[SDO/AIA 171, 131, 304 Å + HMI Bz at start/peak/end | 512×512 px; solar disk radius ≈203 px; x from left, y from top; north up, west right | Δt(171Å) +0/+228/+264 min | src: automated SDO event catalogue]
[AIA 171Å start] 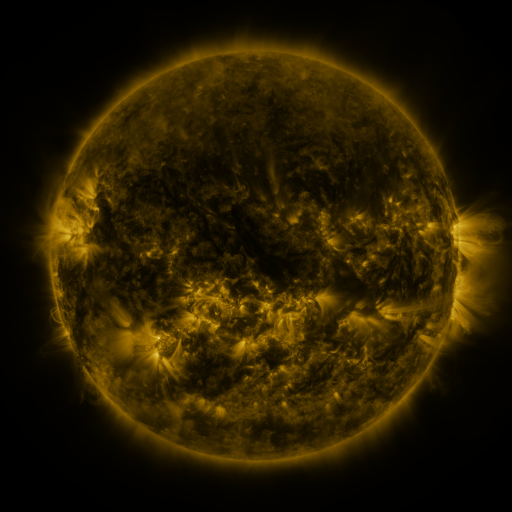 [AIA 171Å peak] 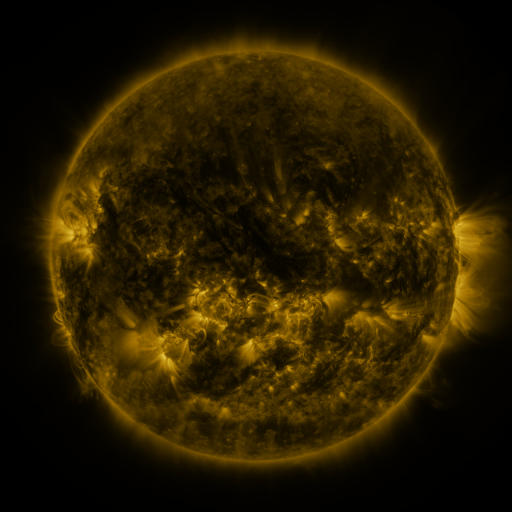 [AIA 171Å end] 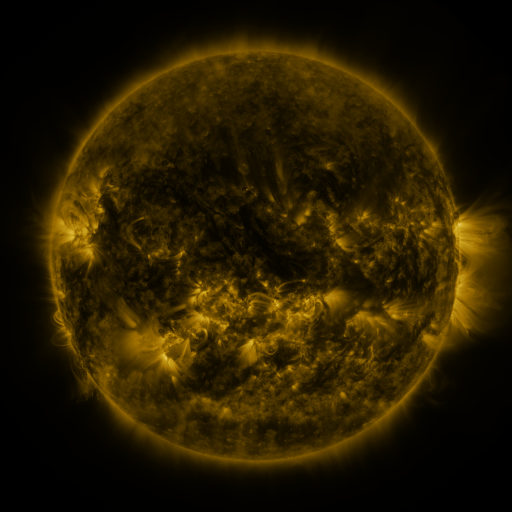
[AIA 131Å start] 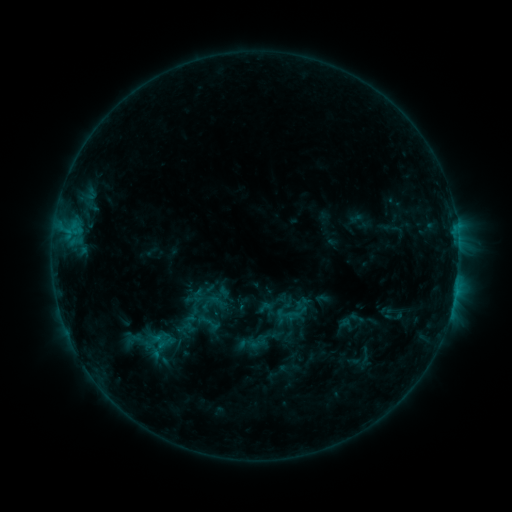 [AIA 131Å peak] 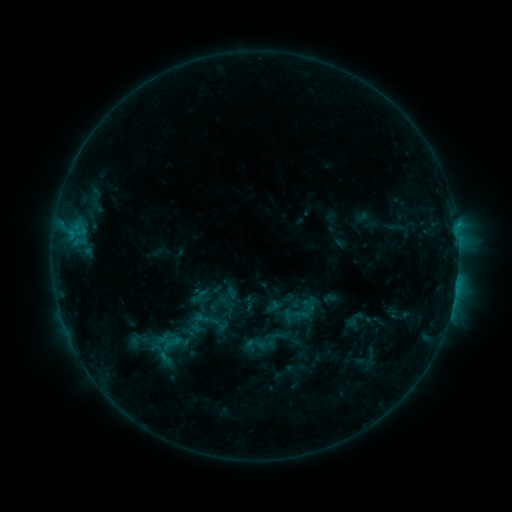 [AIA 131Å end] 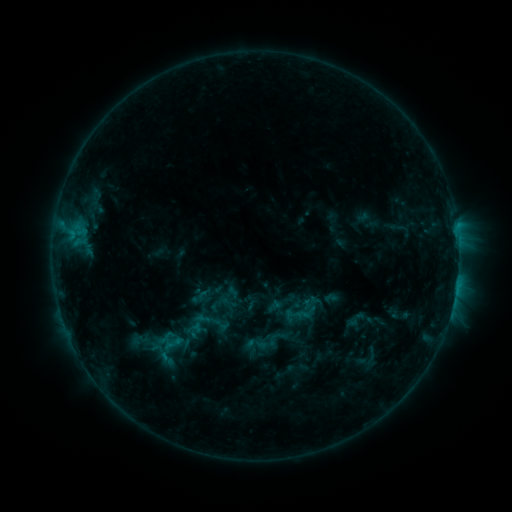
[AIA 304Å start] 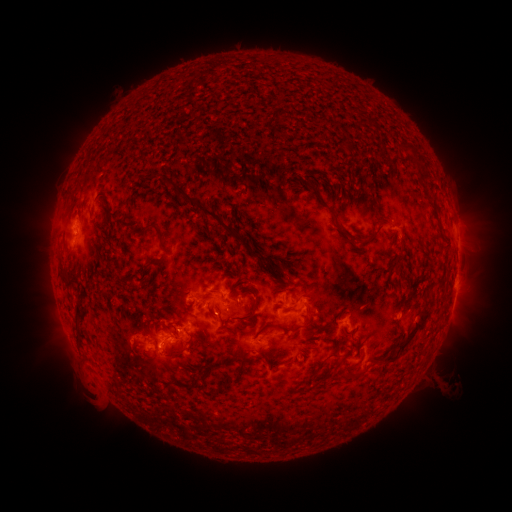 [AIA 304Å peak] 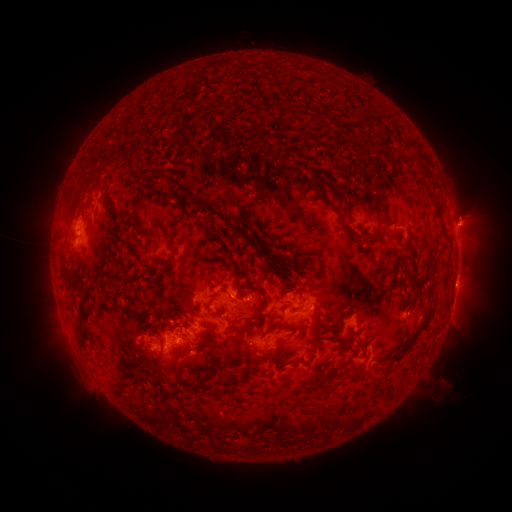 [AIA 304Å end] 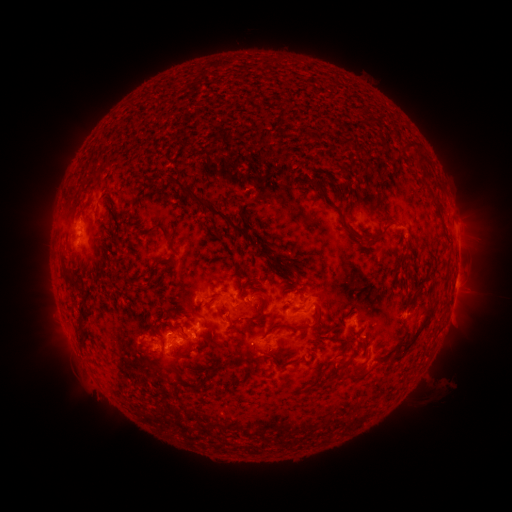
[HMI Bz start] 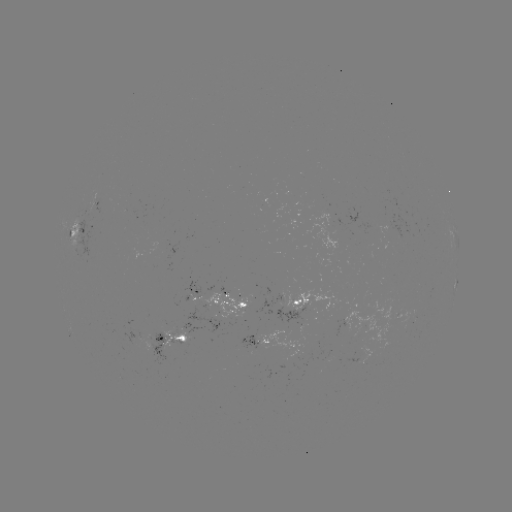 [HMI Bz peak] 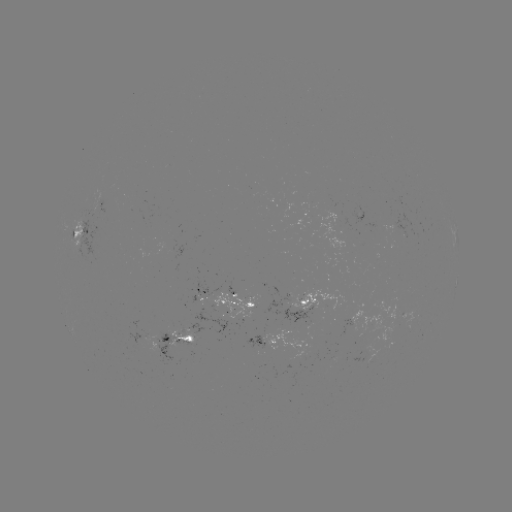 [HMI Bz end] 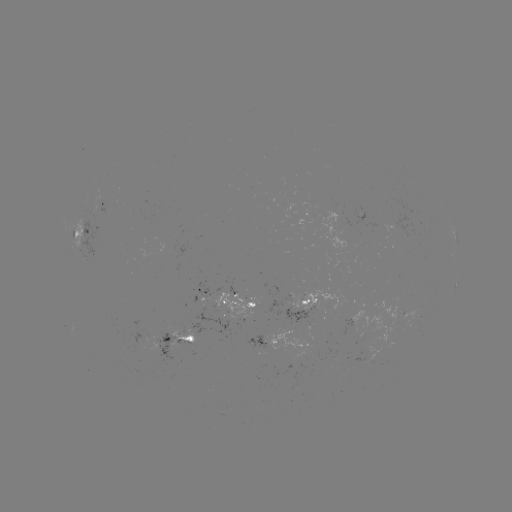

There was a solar emerging-flux region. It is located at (308, 296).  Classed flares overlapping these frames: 1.